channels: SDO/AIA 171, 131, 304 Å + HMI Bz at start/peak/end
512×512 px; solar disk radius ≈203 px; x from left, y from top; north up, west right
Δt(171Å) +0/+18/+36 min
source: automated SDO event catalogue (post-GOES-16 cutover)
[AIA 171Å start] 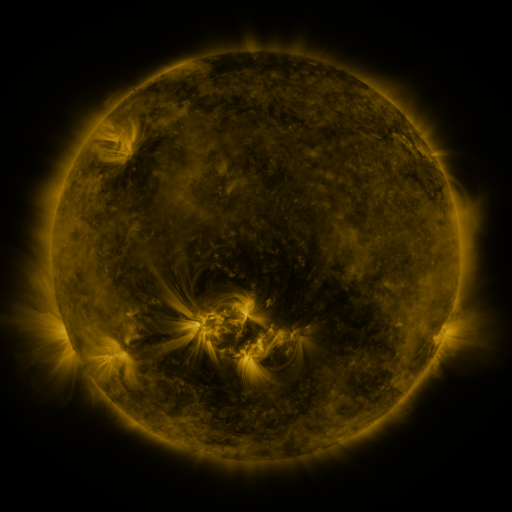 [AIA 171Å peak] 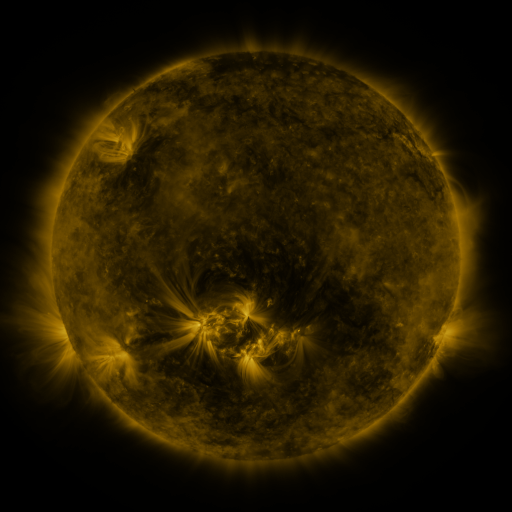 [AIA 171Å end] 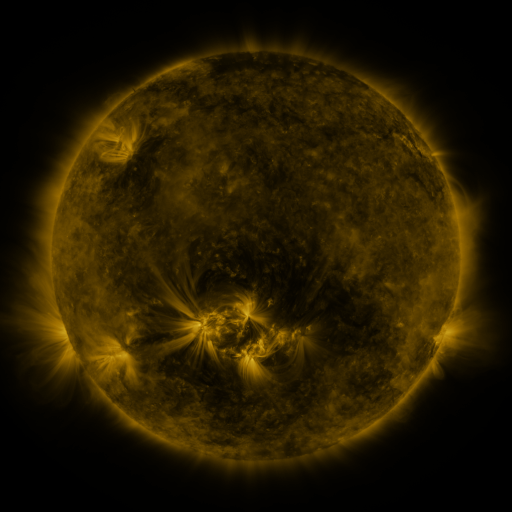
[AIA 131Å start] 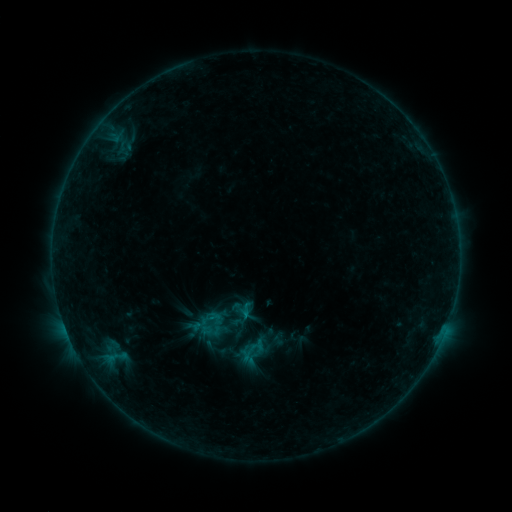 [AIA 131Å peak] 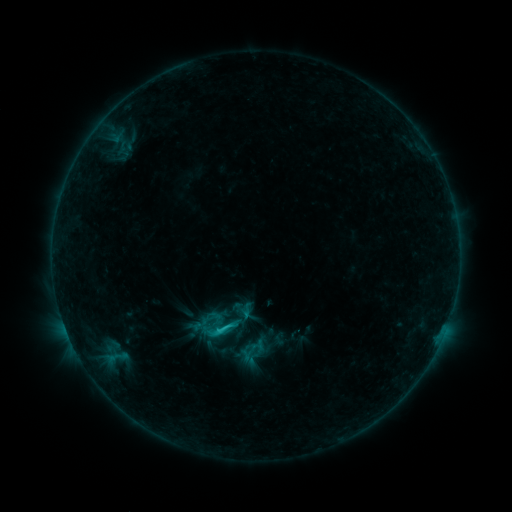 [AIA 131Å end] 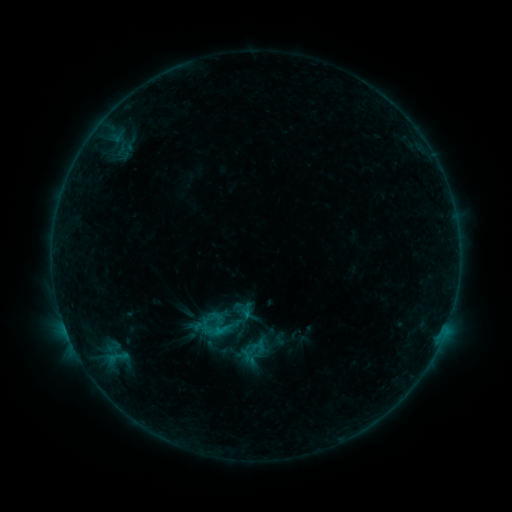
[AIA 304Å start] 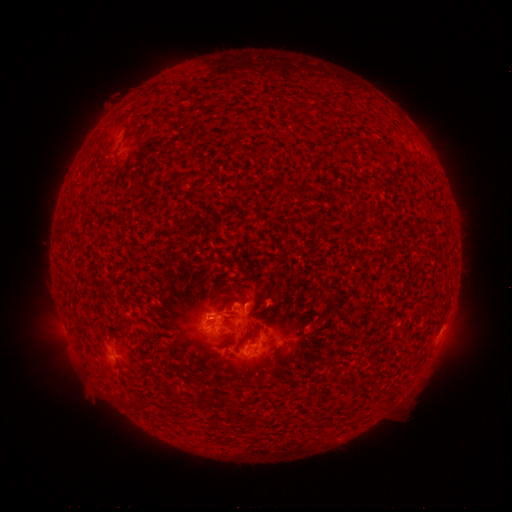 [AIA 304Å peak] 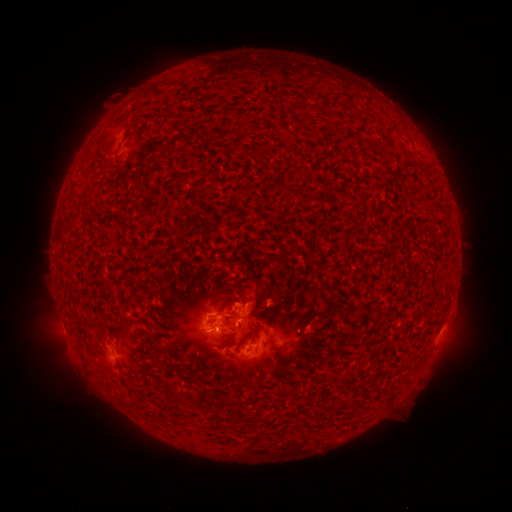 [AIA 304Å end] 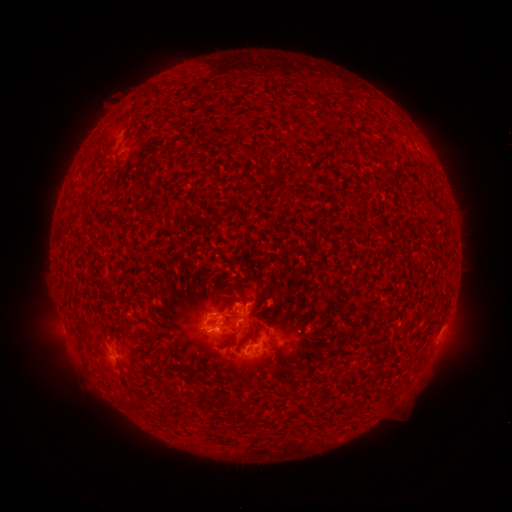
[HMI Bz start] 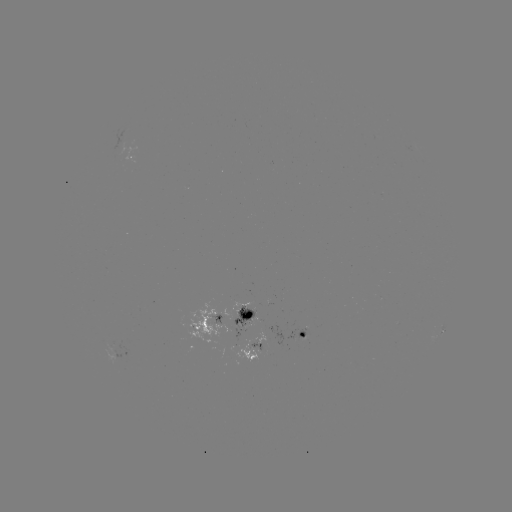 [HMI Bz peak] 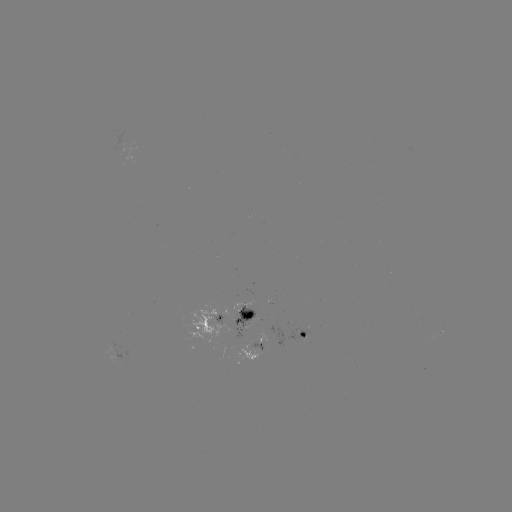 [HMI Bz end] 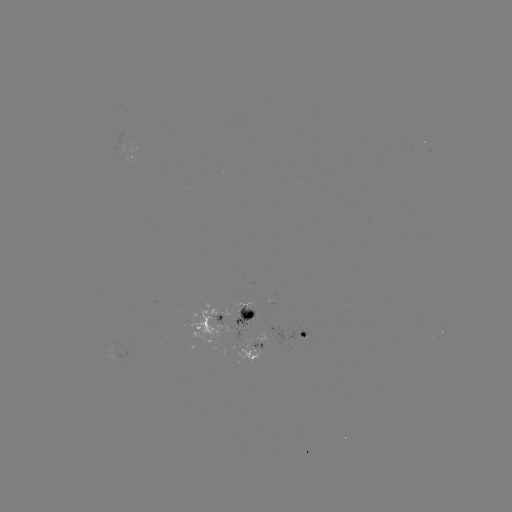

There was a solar flare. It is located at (219, 329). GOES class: C1.6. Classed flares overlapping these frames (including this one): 1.